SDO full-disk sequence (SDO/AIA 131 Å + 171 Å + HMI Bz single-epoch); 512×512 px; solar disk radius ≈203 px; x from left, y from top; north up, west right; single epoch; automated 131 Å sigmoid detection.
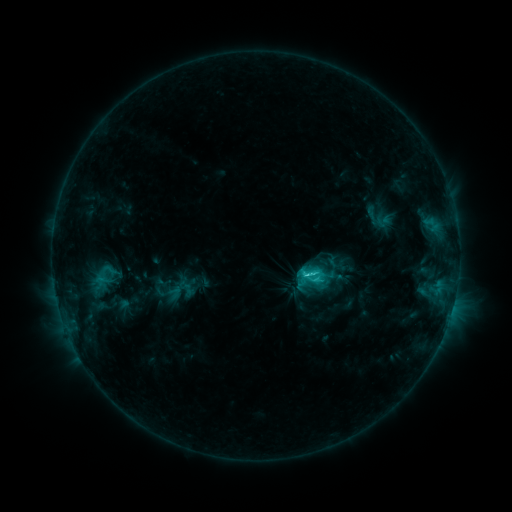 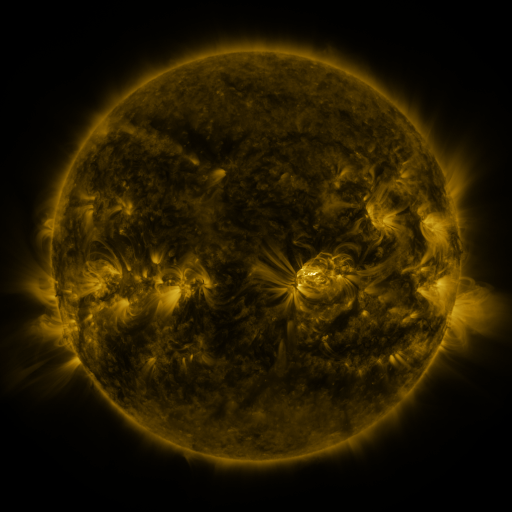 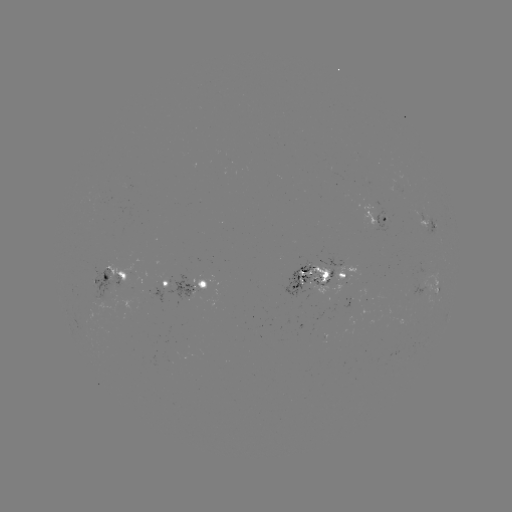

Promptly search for sigmoid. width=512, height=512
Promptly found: (102, 280).